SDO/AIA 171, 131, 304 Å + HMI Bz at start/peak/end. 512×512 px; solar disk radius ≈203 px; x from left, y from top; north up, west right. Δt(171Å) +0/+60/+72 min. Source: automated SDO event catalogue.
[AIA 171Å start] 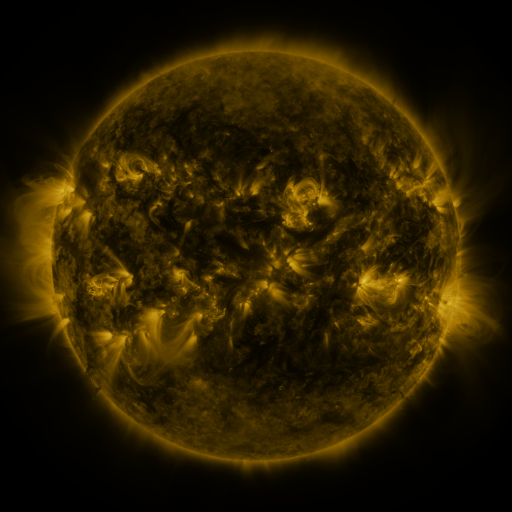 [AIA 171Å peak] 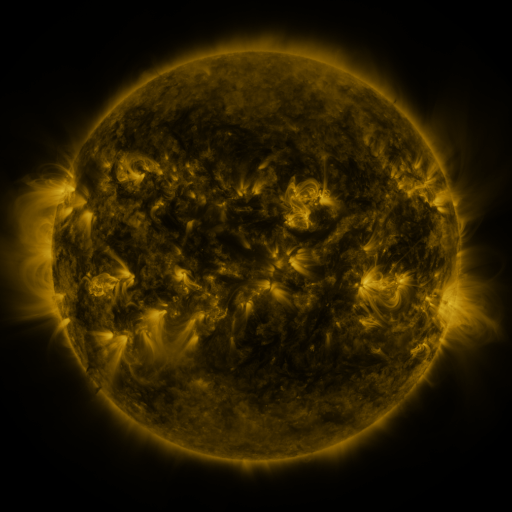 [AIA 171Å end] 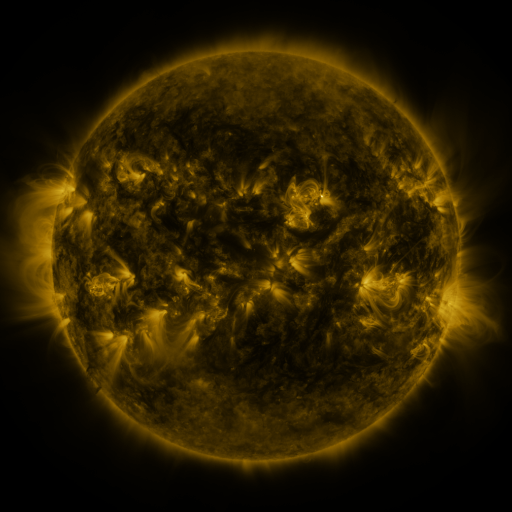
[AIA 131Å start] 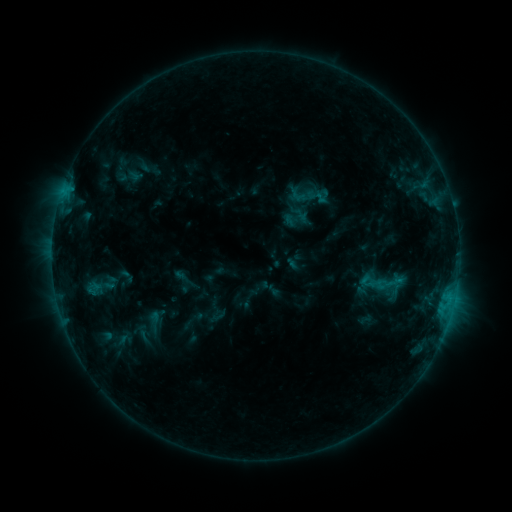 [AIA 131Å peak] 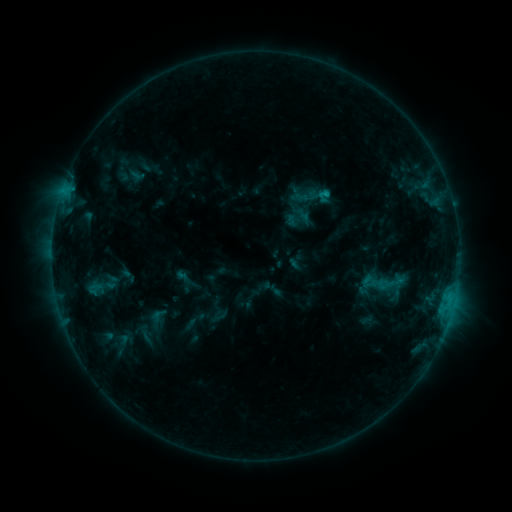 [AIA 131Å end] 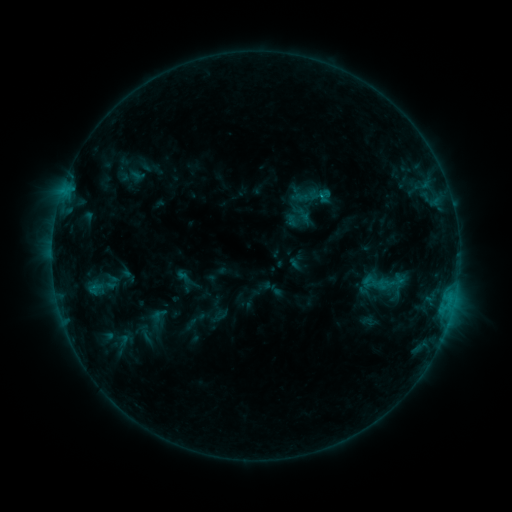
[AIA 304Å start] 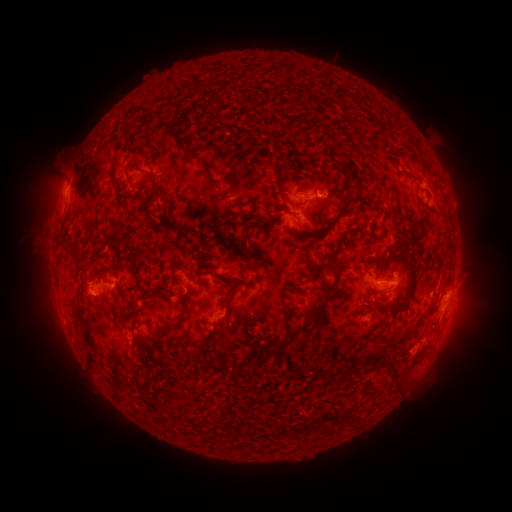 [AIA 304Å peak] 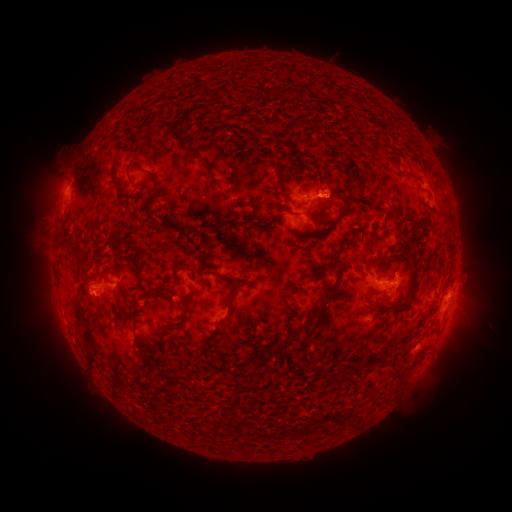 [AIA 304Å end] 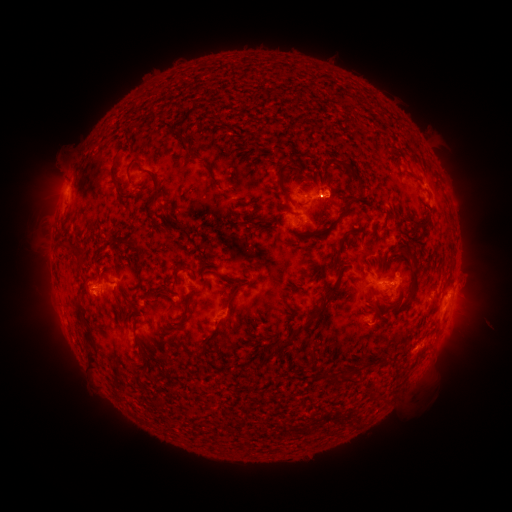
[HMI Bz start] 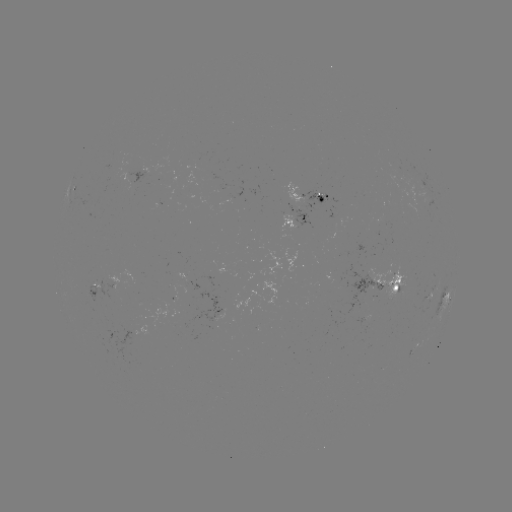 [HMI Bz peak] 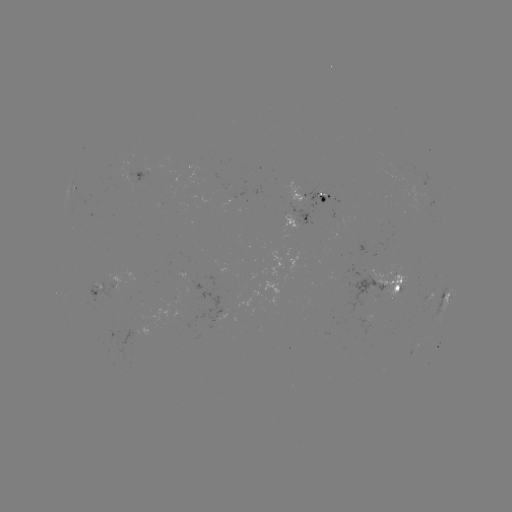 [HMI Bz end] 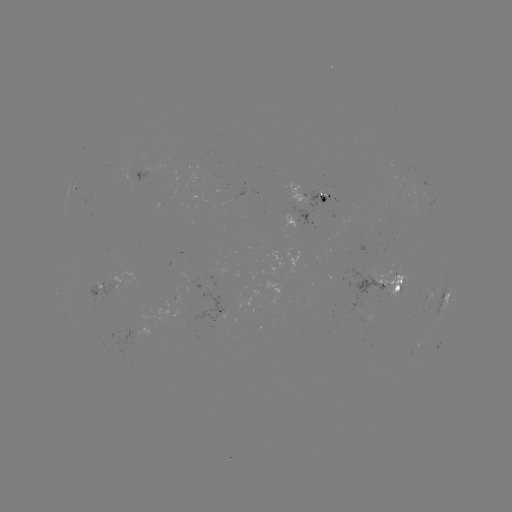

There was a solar emerging-flux region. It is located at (390, 284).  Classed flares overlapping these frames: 1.